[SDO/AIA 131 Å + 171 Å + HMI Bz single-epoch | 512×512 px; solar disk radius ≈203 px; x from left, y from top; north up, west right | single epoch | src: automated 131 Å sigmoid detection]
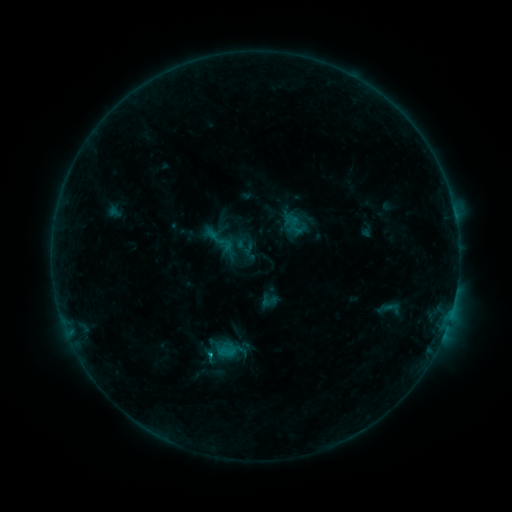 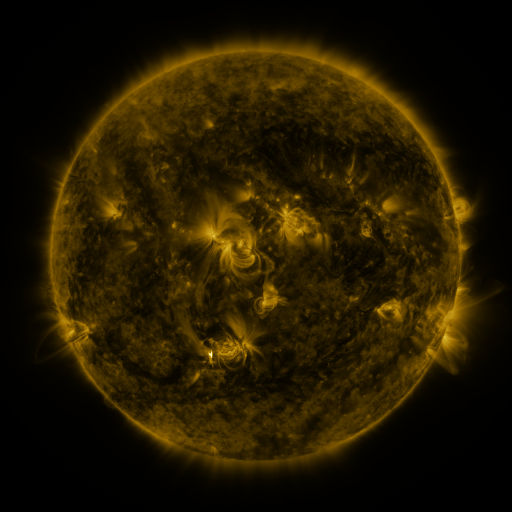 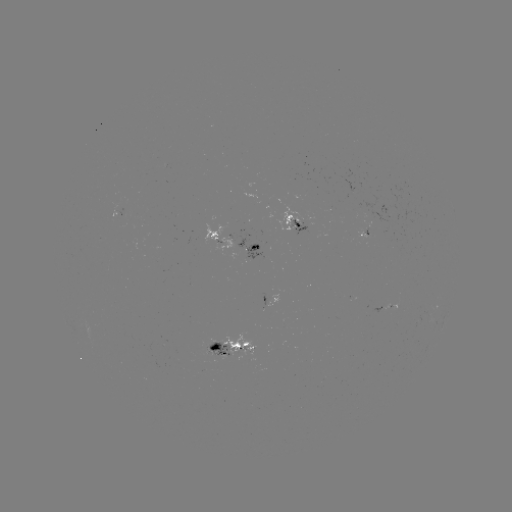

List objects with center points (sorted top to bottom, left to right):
sigmoid: [209, 228, 236, 256]
